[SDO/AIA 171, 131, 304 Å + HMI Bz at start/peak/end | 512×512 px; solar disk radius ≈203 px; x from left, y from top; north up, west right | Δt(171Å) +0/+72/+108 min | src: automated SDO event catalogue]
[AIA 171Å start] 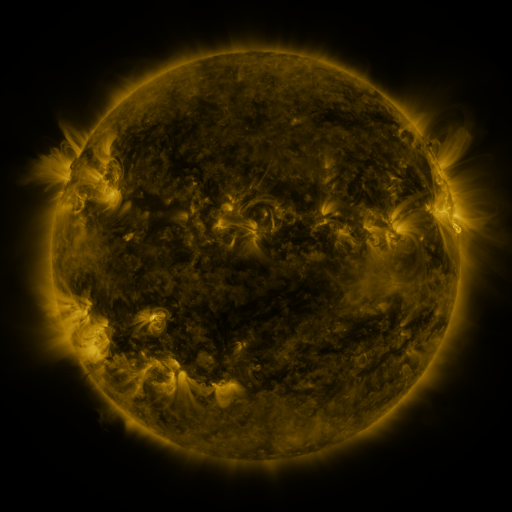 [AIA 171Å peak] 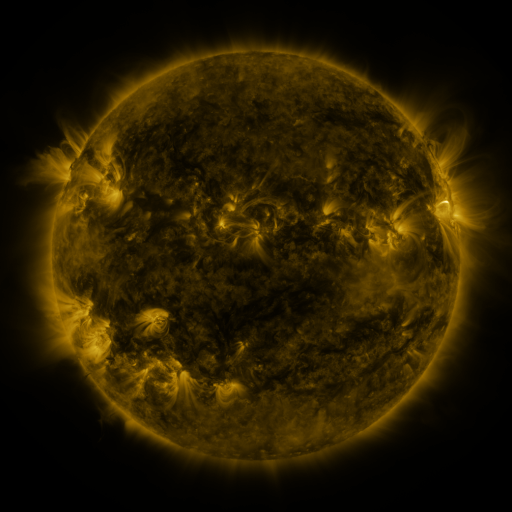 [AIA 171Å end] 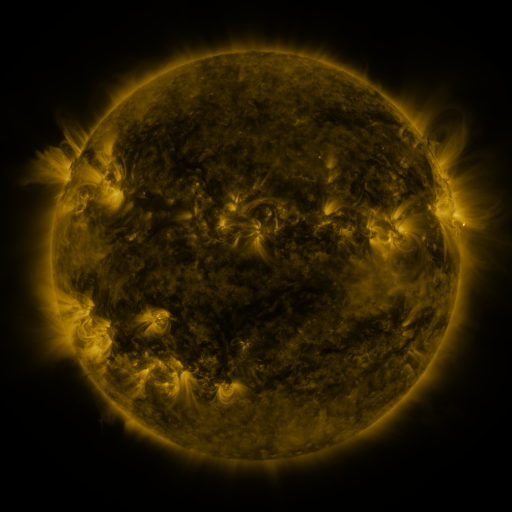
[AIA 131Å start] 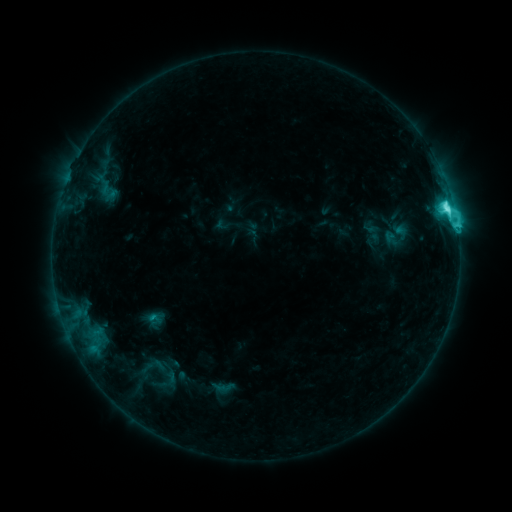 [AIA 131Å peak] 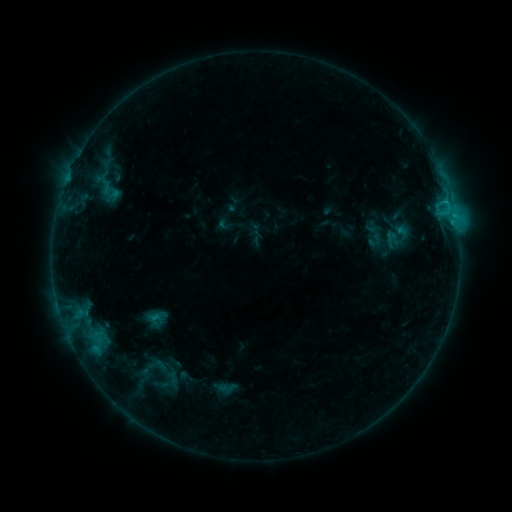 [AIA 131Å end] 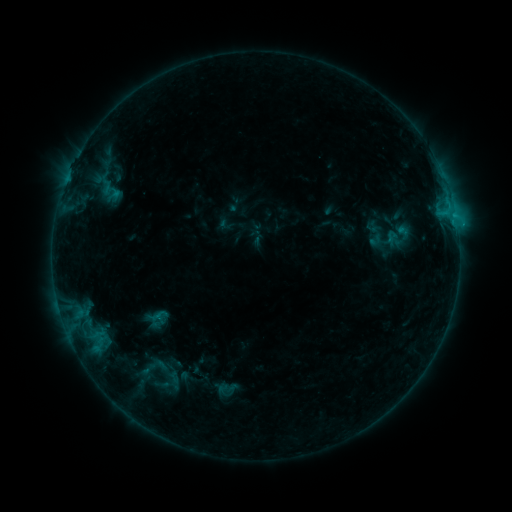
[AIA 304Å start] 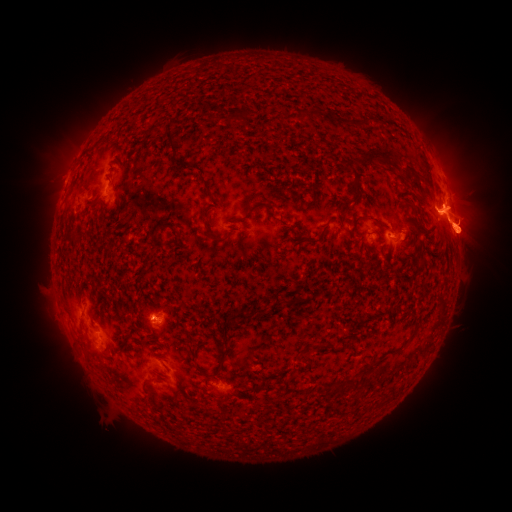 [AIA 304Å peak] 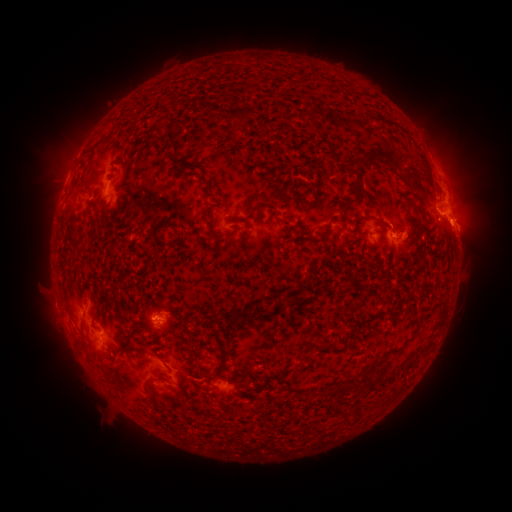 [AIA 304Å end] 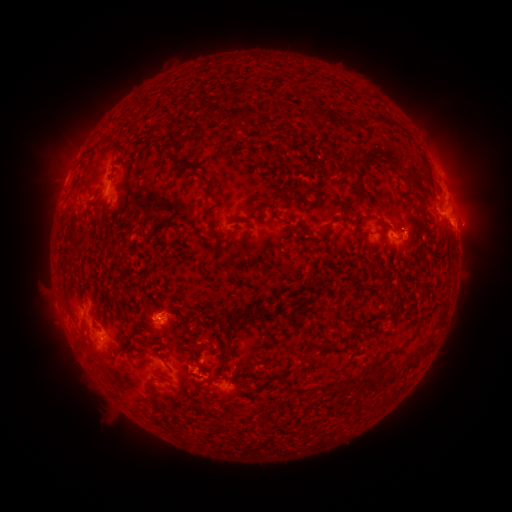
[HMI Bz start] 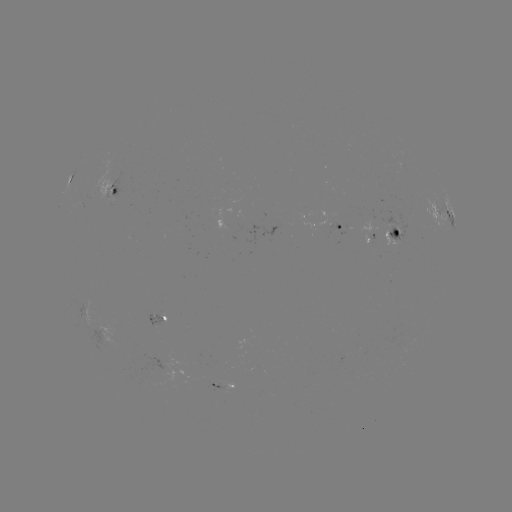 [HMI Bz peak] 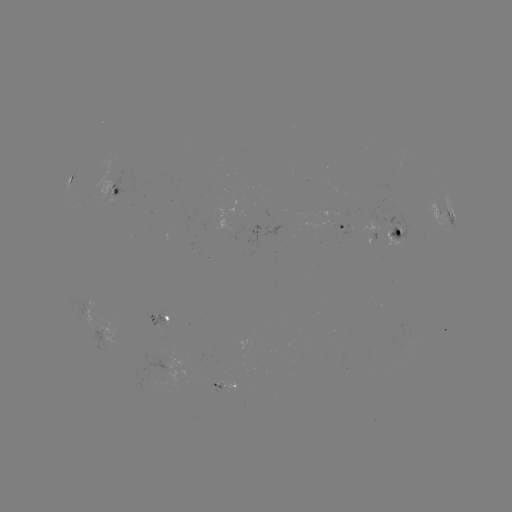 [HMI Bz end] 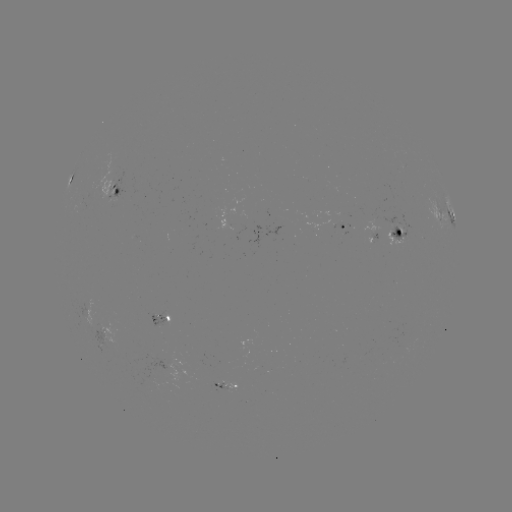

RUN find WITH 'emerging-flux region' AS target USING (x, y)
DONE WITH (399, 235) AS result